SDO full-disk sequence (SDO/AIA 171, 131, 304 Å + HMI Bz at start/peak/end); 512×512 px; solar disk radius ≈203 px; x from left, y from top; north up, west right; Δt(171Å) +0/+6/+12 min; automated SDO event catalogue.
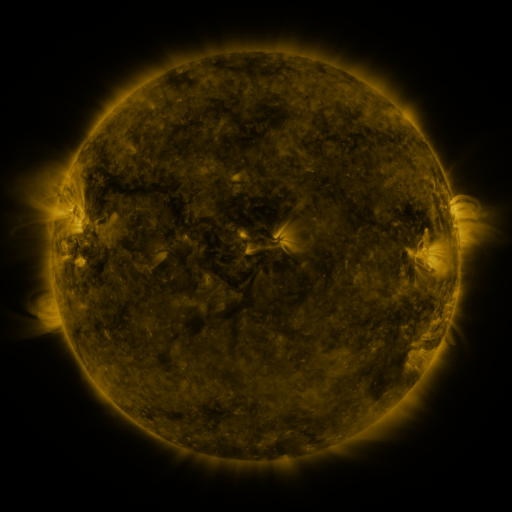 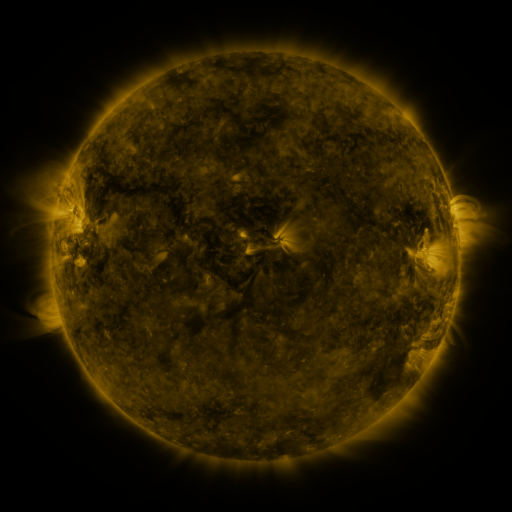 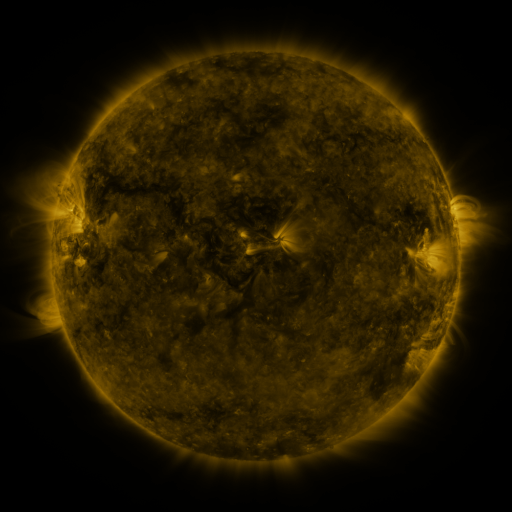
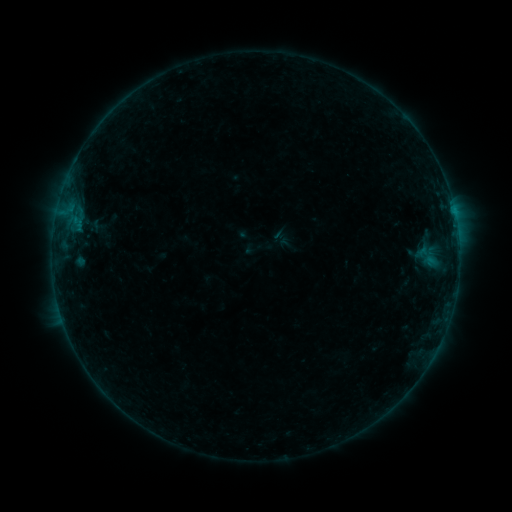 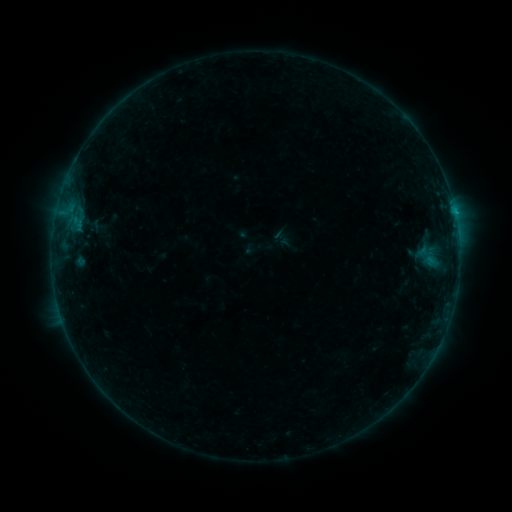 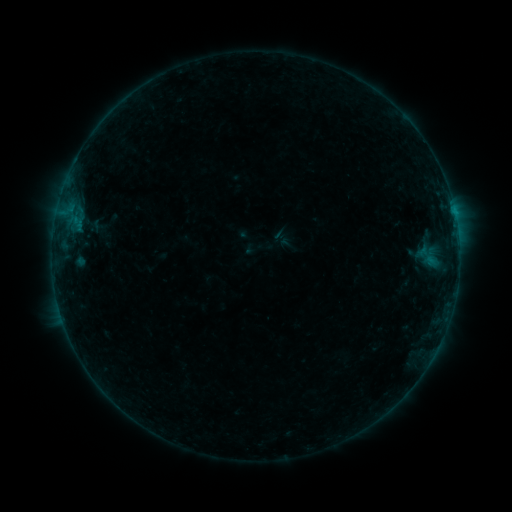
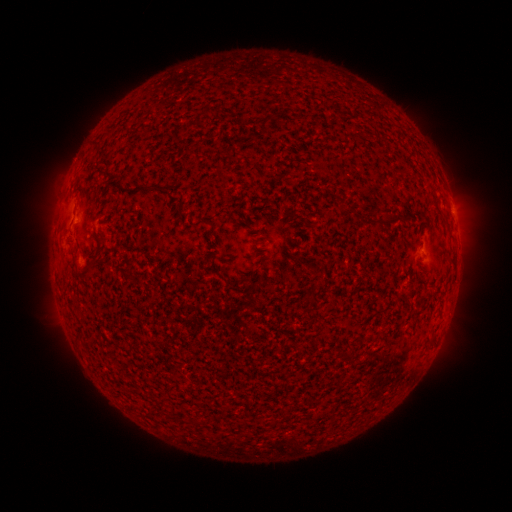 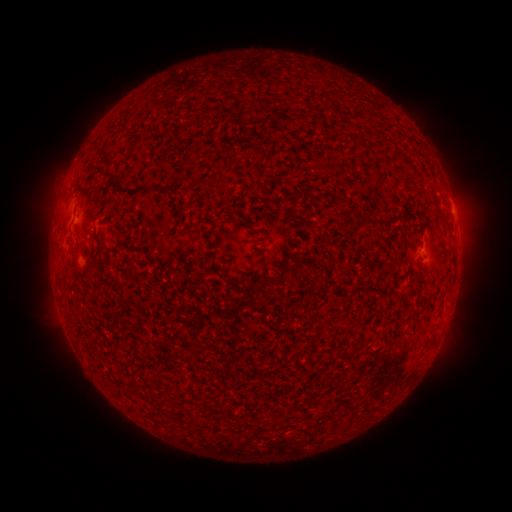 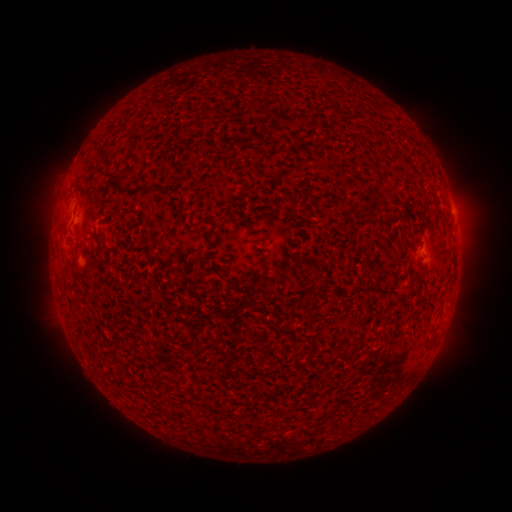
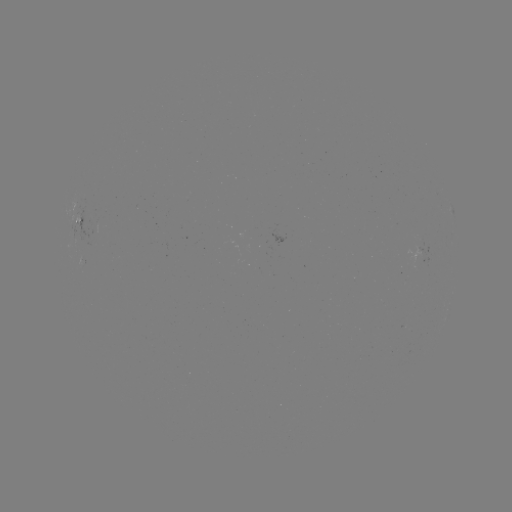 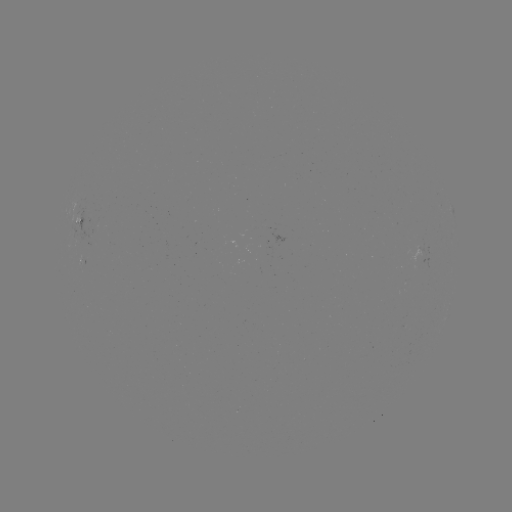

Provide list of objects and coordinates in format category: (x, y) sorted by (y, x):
B2.4 flare: (454, 214)
